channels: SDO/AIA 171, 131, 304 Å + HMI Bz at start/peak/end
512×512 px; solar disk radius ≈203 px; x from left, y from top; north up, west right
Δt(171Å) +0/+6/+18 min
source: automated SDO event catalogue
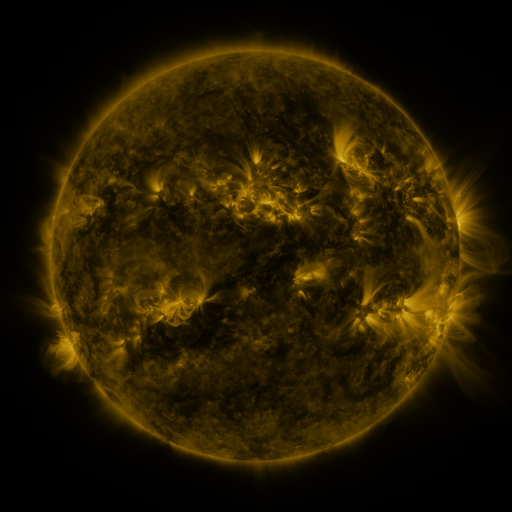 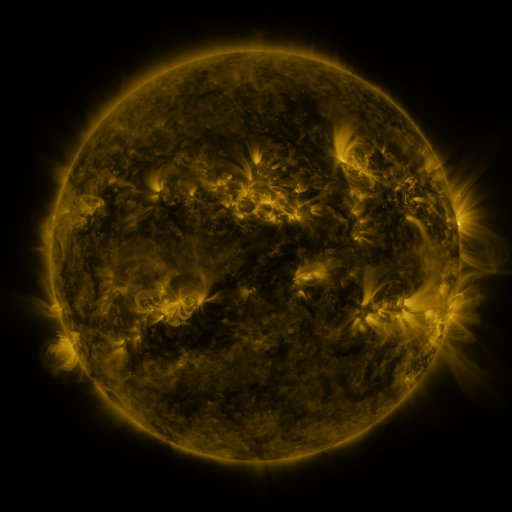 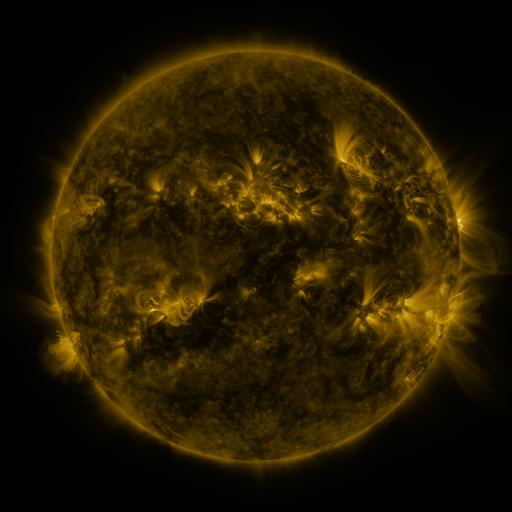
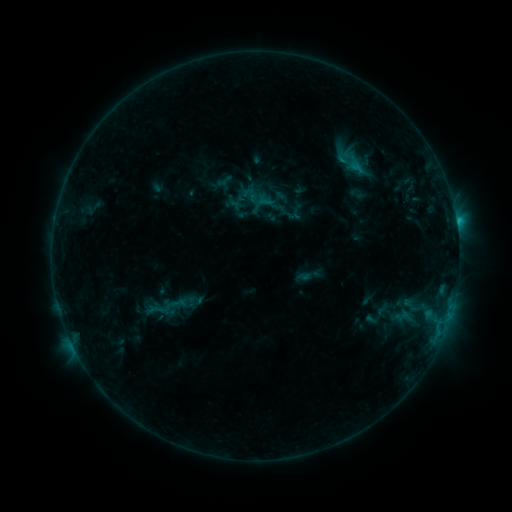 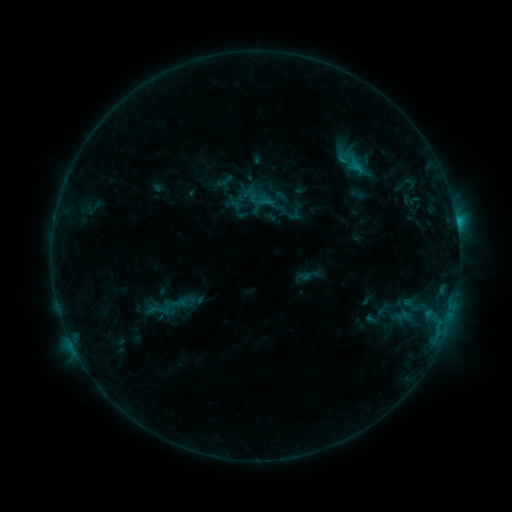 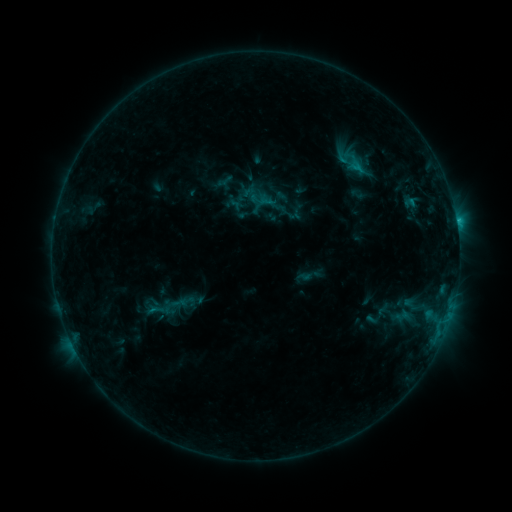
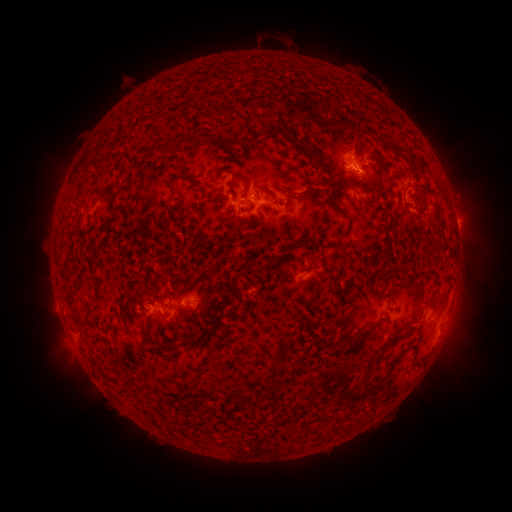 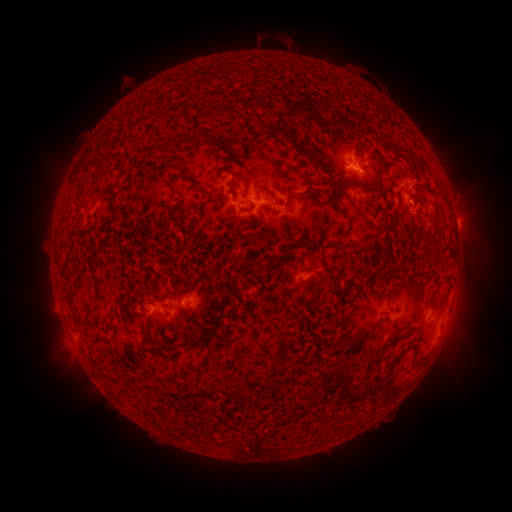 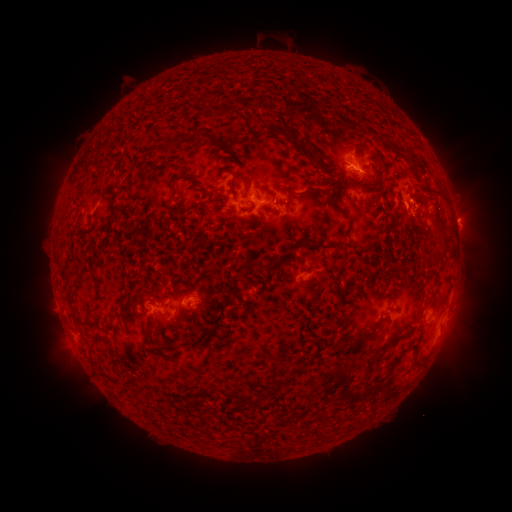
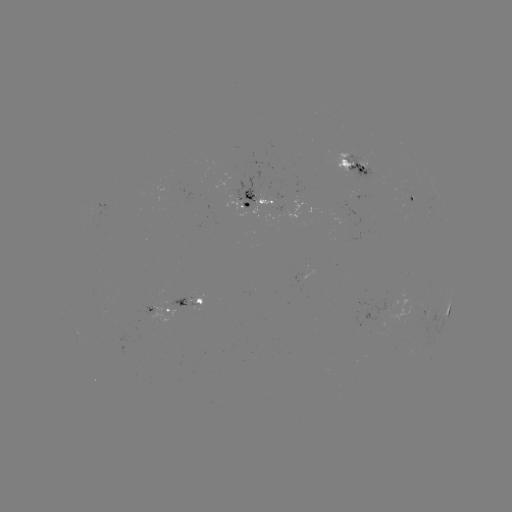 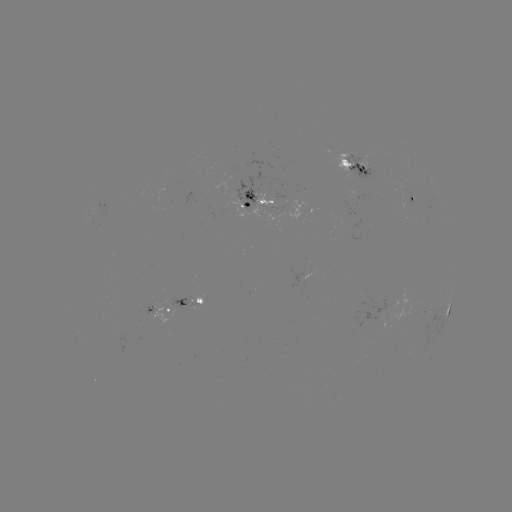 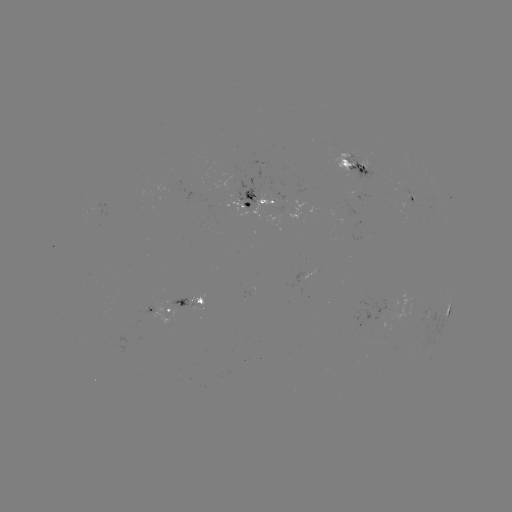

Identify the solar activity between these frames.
eruption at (438, 228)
